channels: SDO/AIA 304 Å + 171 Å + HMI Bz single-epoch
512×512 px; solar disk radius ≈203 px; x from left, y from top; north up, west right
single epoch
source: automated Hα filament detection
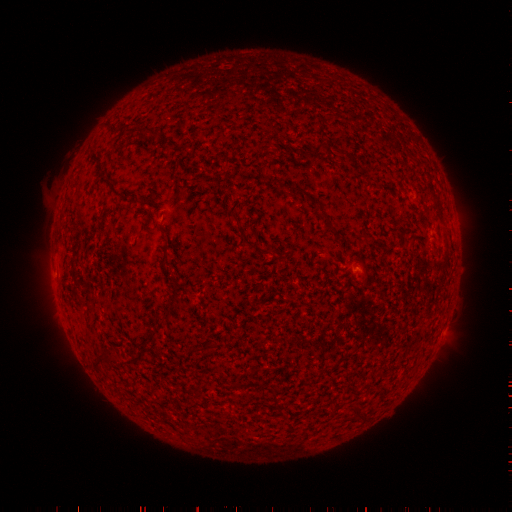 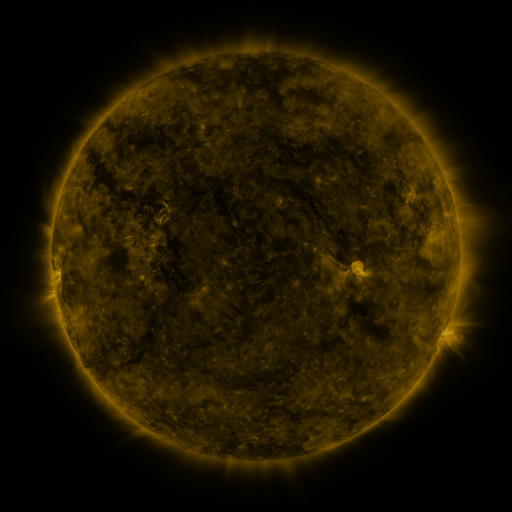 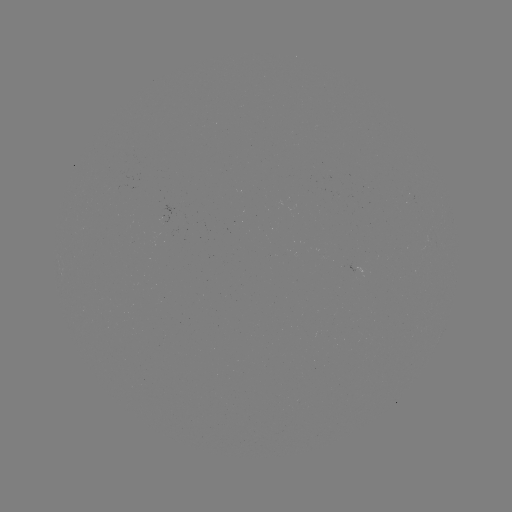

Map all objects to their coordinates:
filament: (318, 150)
filament: (233, 215)
filament: (250, 243)
filament: (163, 258)
filament: (175, 292)
filament: (272, 393)
filament: (356, 414)
